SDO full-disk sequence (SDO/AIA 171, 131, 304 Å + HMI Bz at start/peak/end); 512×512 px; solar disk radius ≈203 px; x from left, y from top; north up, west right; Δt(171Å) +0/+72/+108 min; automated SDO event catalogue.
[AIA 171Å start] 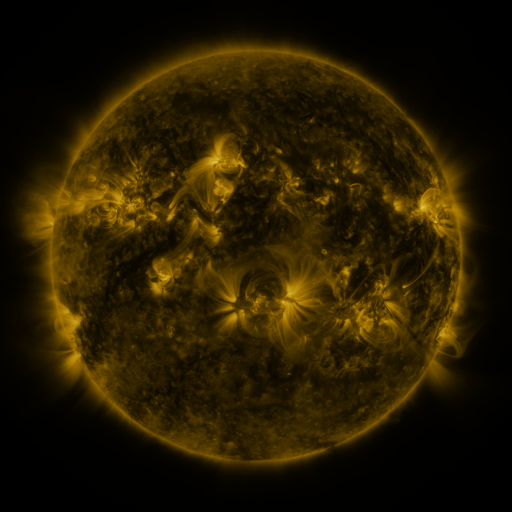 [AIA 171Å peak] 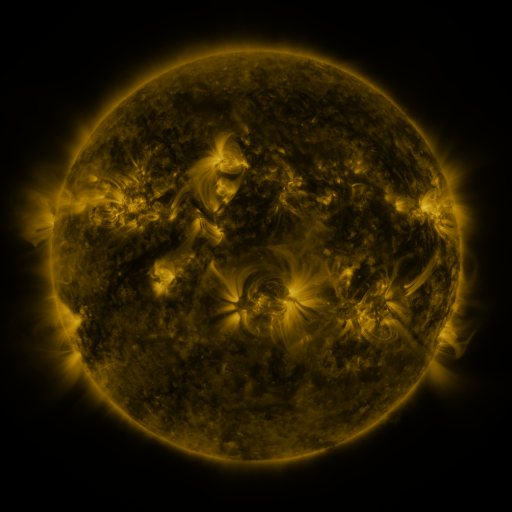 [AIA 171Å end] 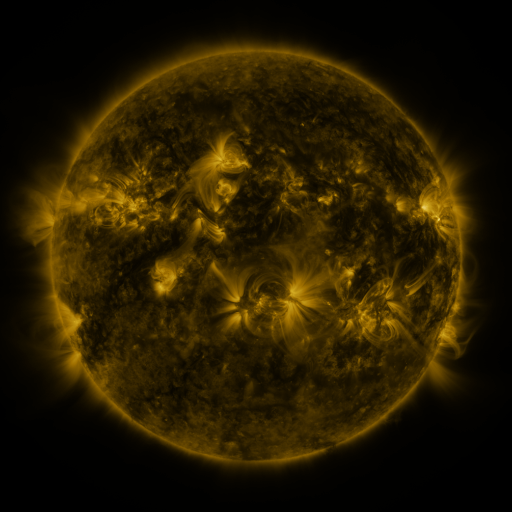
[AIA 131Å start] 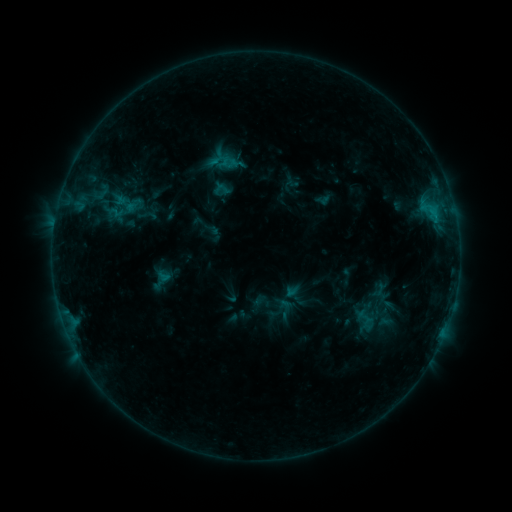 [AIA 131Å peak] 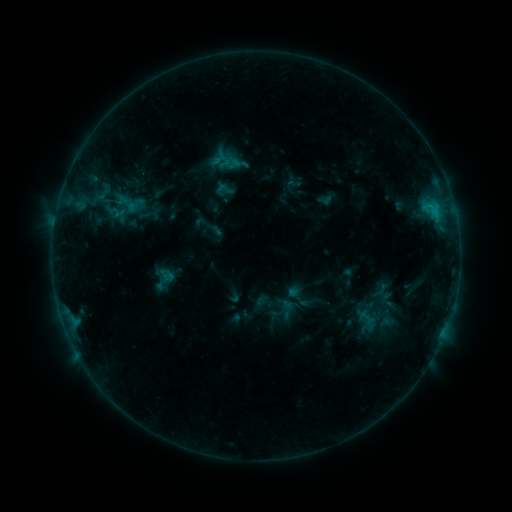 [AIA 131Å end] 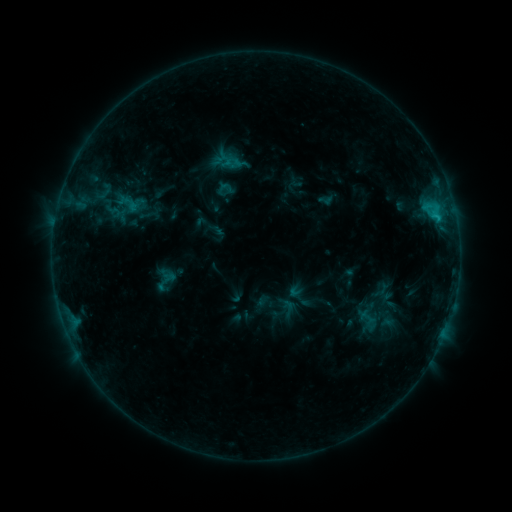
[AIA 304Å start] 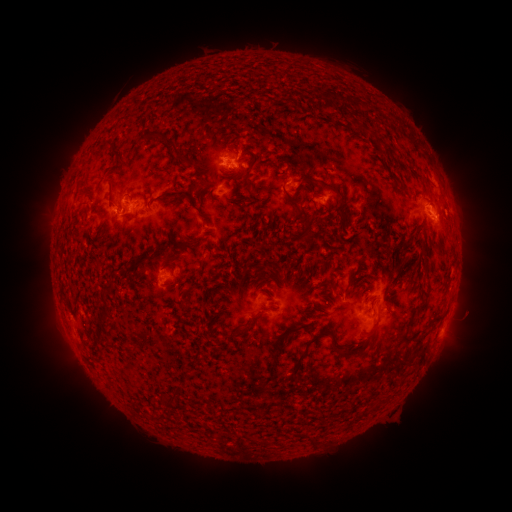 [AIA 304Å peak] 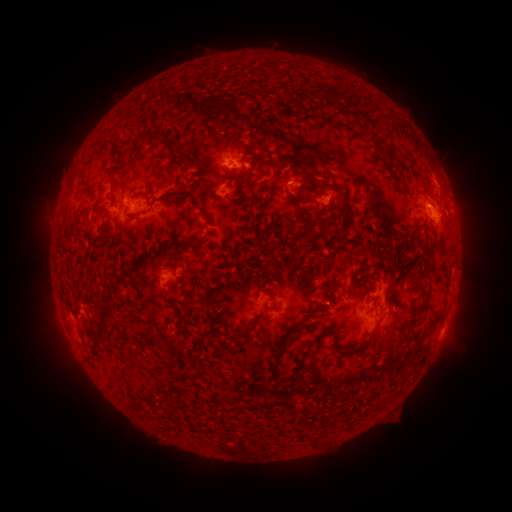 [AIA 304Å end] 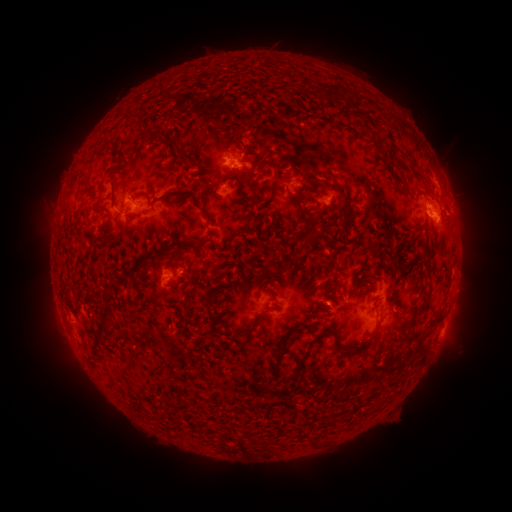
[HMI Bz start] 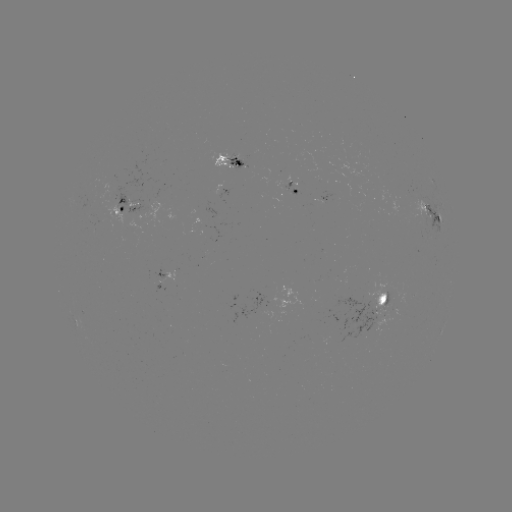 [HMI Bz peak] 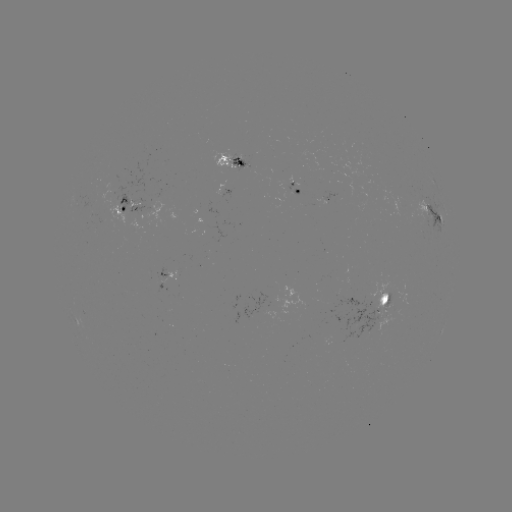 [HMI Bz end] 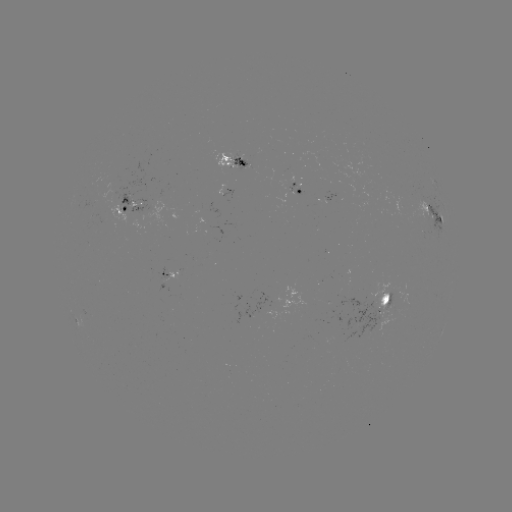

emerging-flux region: [85, 194, 97, 207]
